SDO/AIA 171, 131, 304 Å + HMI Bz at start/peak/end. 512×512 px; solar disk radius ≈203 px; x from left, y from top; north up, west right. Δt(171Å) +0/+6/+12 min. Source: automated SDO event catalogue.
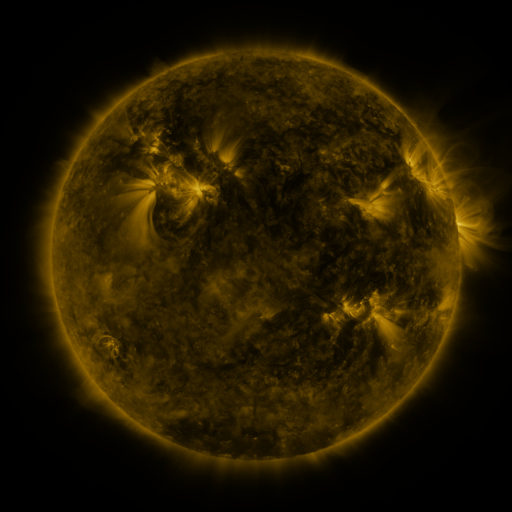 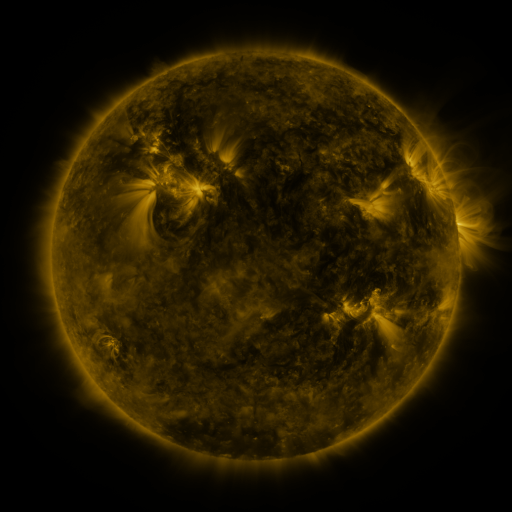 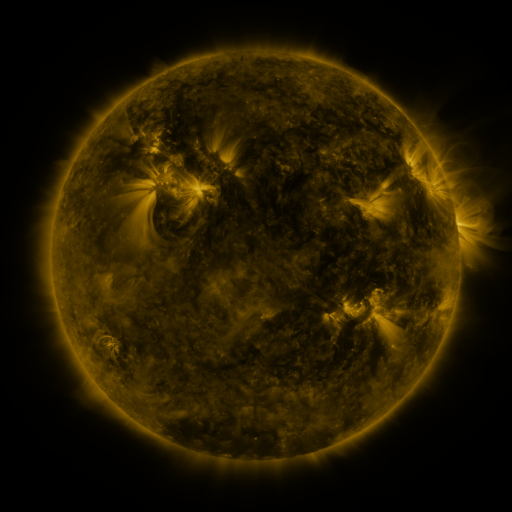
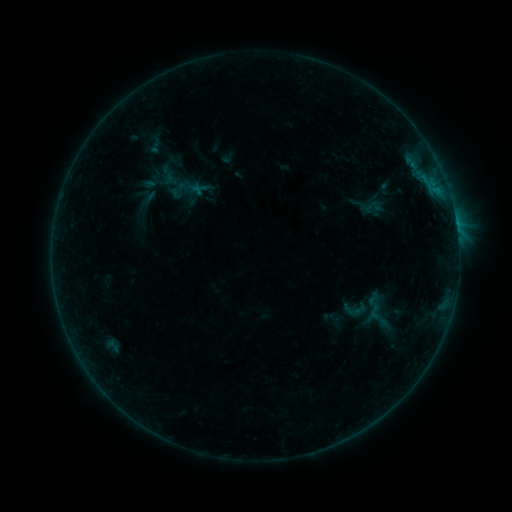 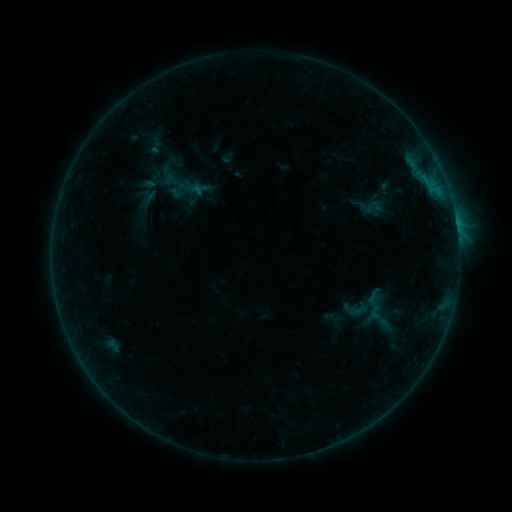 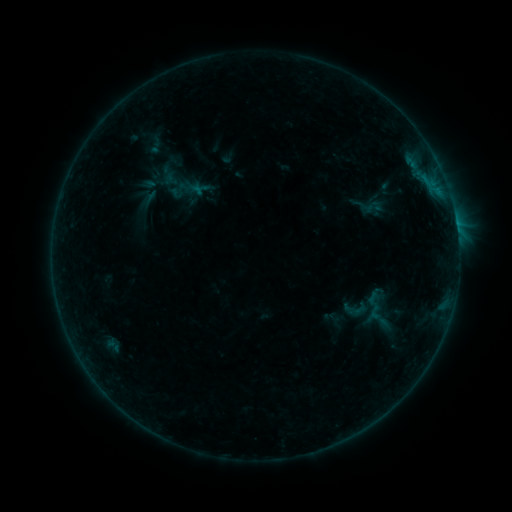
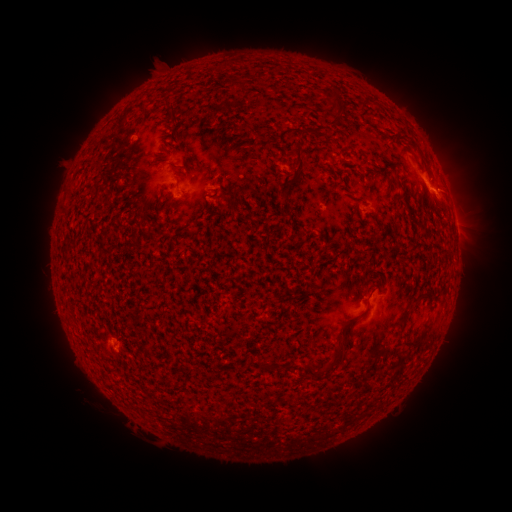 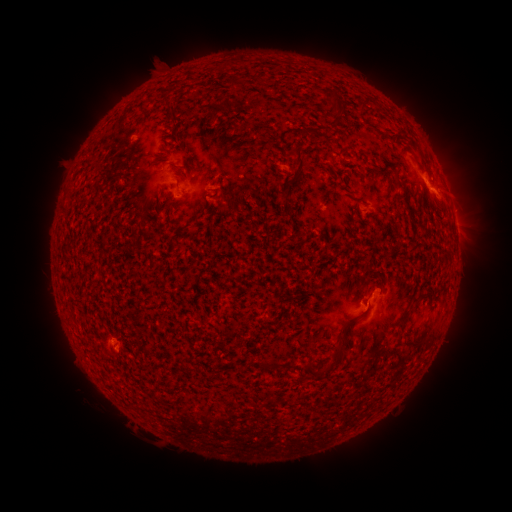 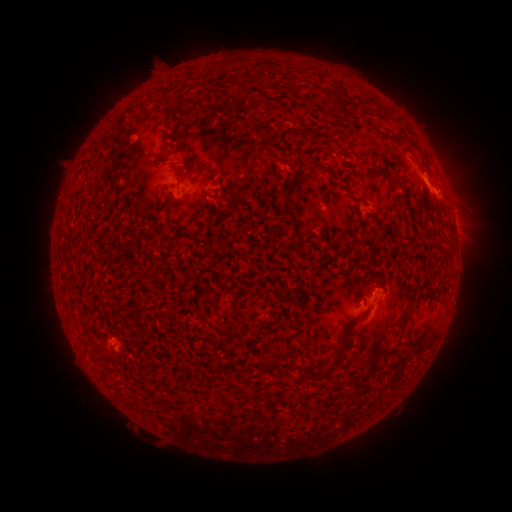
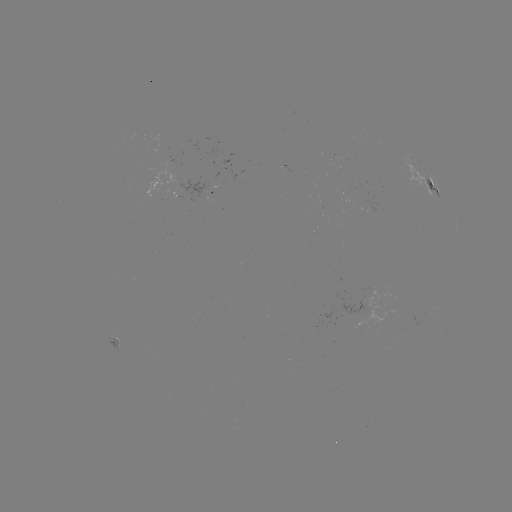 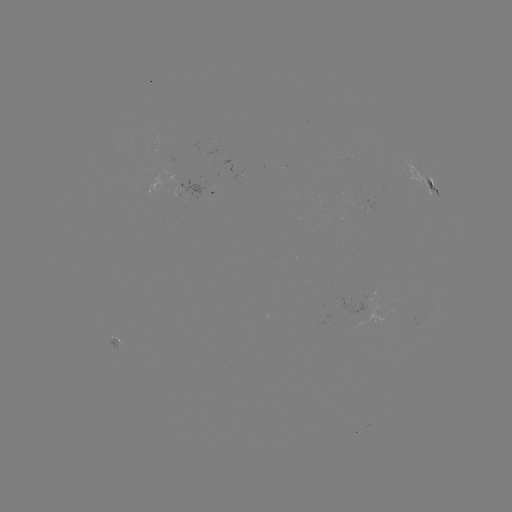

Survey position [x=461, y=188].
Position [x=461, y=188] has eruption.